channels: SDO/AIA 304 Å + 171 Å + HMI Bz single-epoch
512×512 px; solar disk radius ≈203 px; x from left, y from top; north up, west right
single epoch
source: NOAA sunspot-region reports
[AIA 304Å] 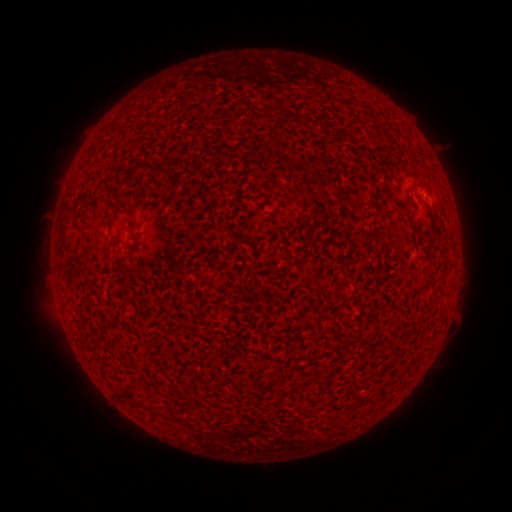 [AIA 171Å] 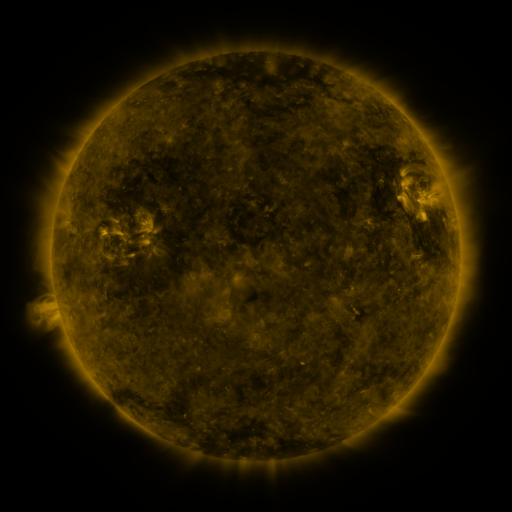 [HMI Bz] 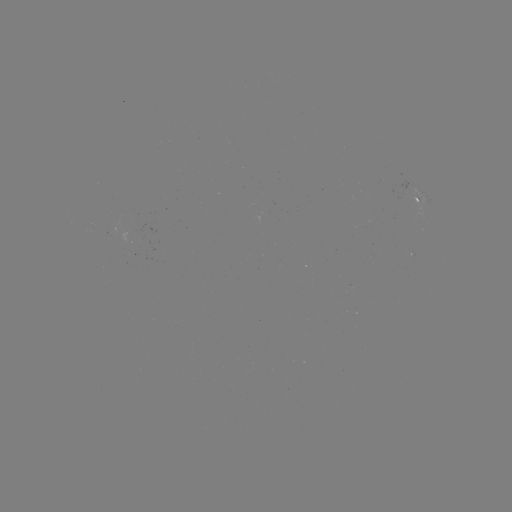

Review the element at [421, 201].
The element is spotted active region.